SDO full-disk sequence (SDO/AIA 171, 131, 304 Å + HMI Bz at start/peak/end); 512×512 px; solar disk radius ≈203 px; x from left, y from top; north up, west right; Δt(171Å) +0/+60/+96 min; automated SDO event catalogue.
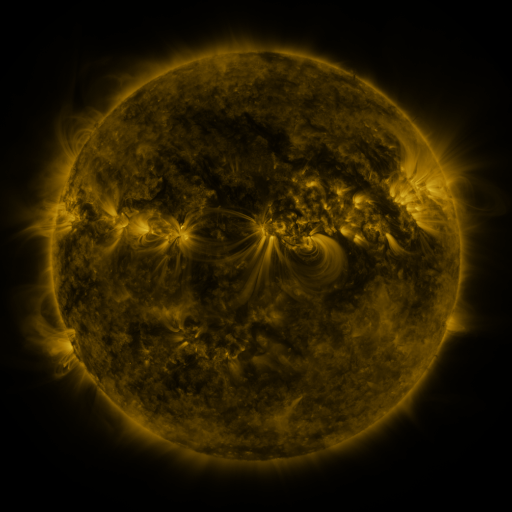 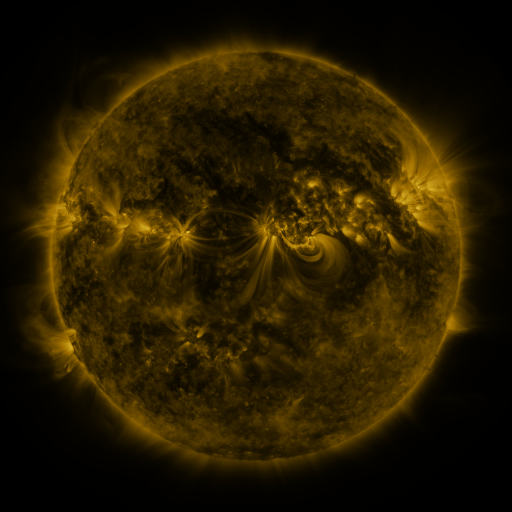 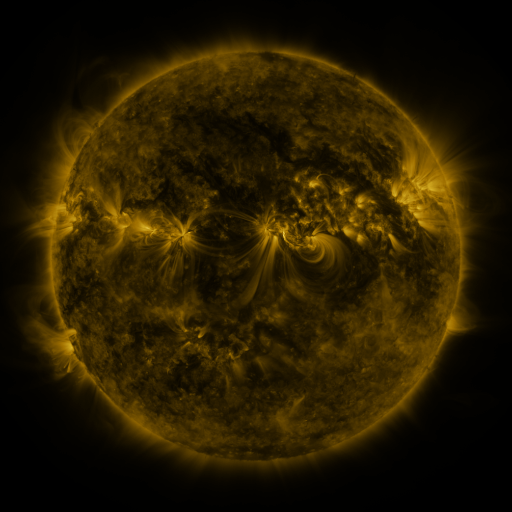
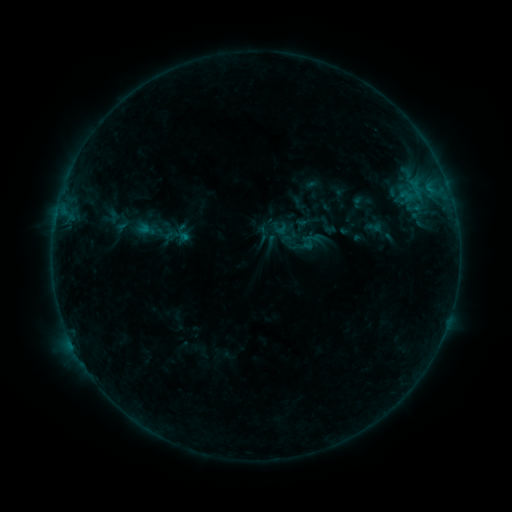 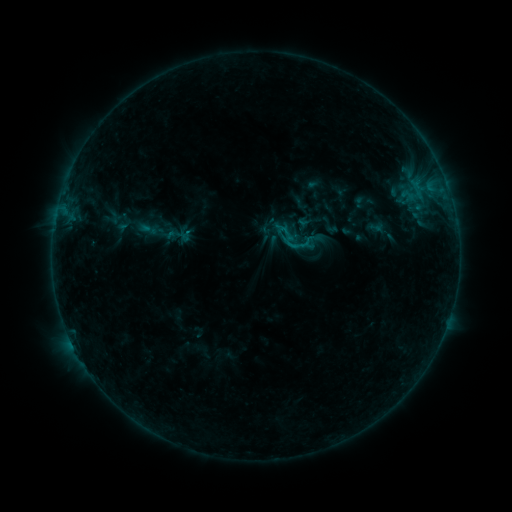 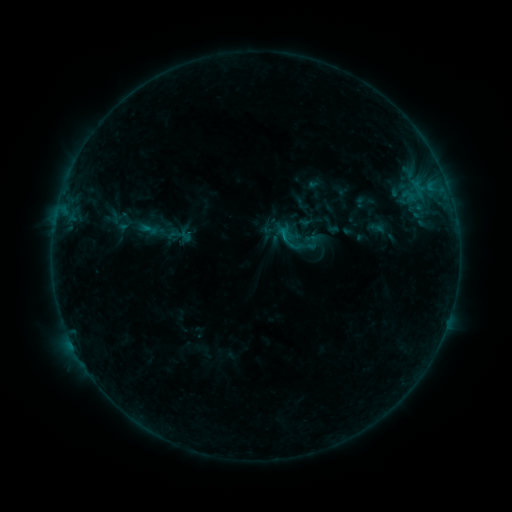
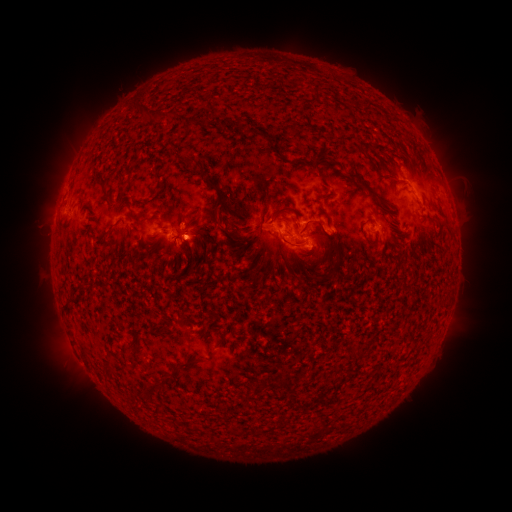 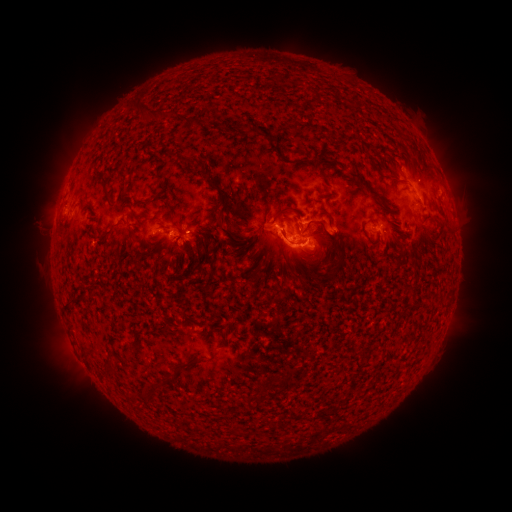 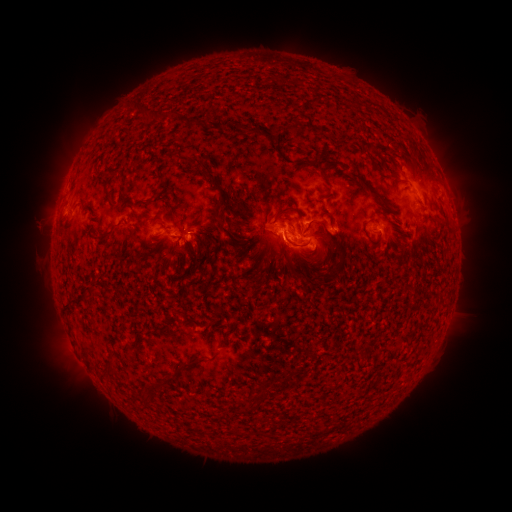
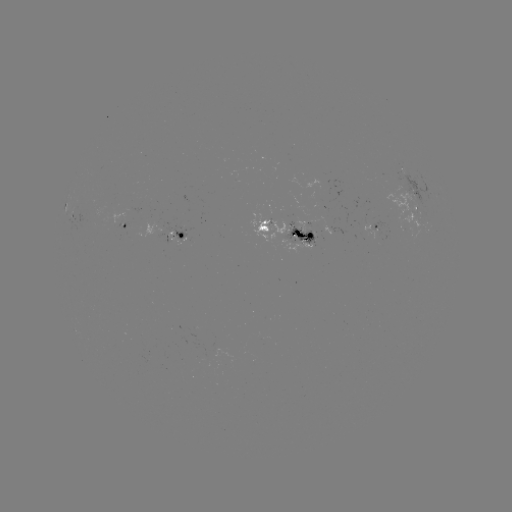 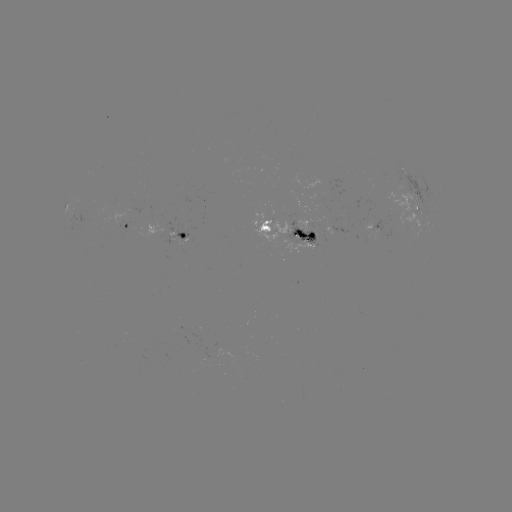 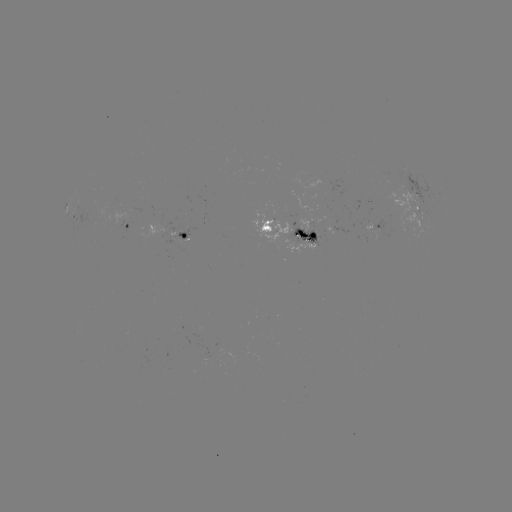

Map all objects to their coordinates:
emerging-flux region: (386, 178)
